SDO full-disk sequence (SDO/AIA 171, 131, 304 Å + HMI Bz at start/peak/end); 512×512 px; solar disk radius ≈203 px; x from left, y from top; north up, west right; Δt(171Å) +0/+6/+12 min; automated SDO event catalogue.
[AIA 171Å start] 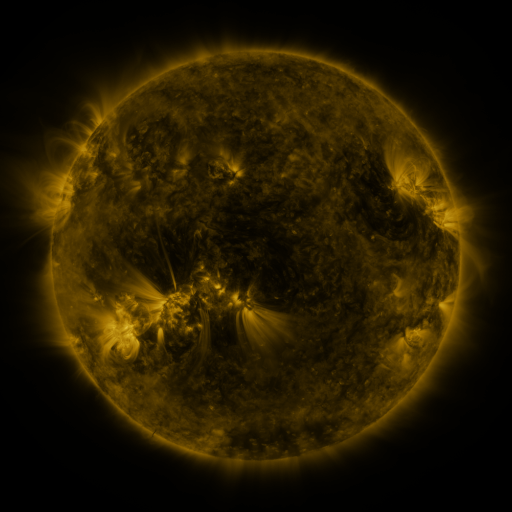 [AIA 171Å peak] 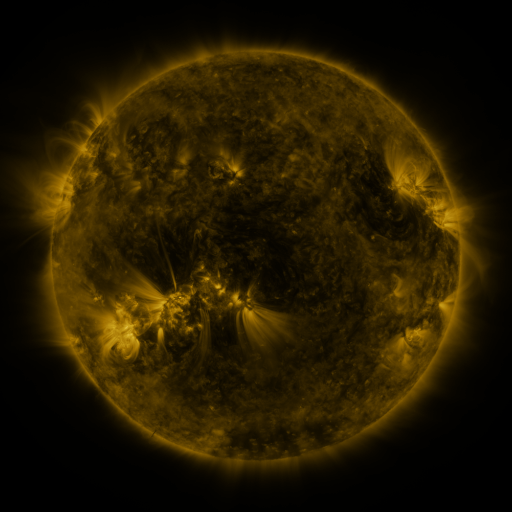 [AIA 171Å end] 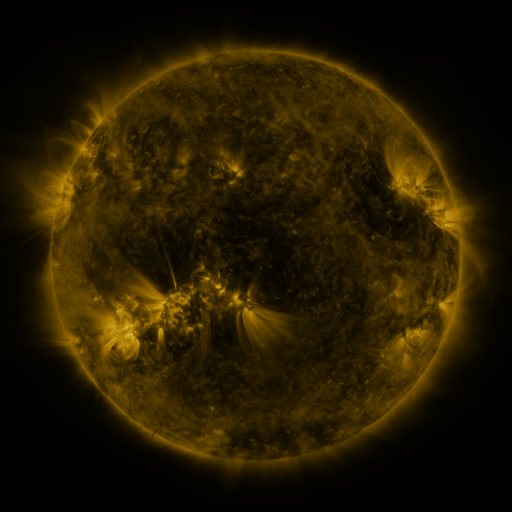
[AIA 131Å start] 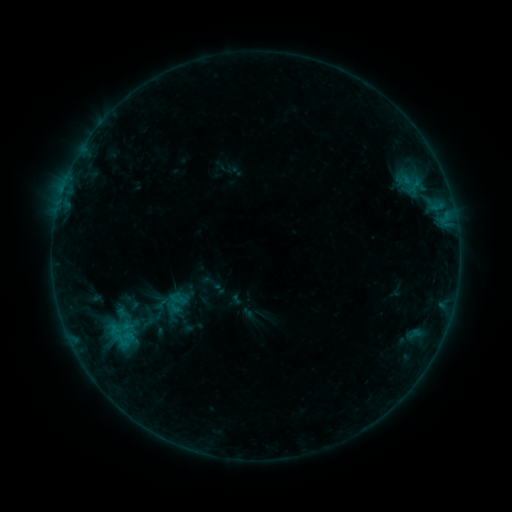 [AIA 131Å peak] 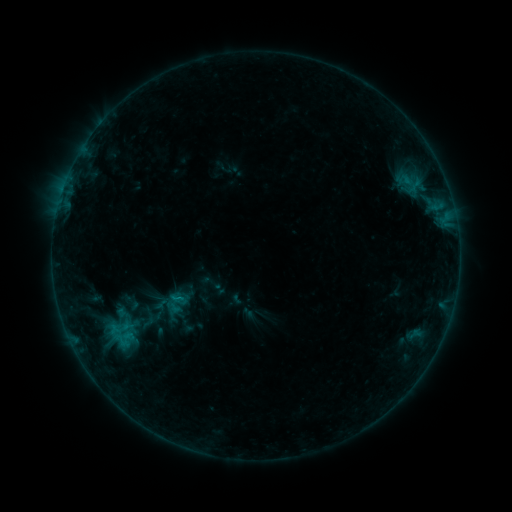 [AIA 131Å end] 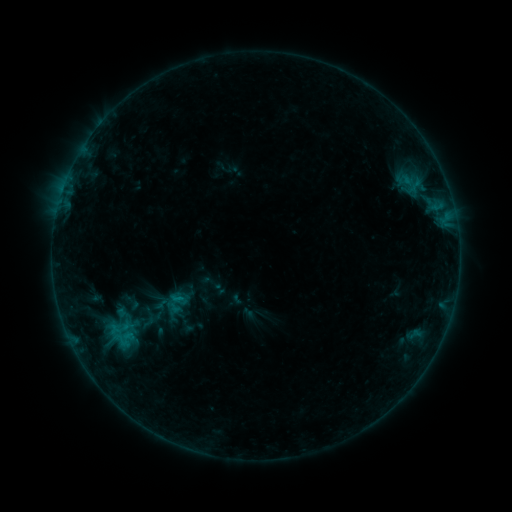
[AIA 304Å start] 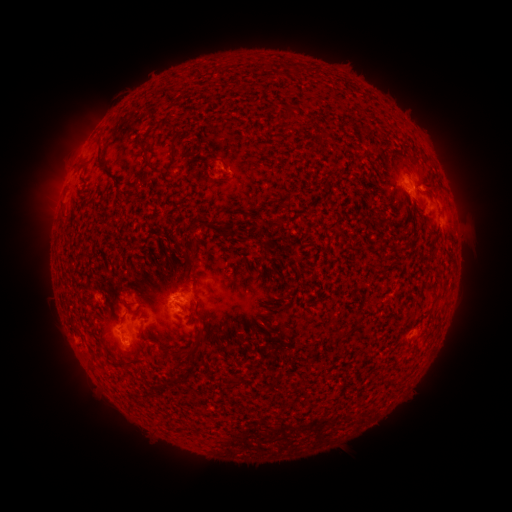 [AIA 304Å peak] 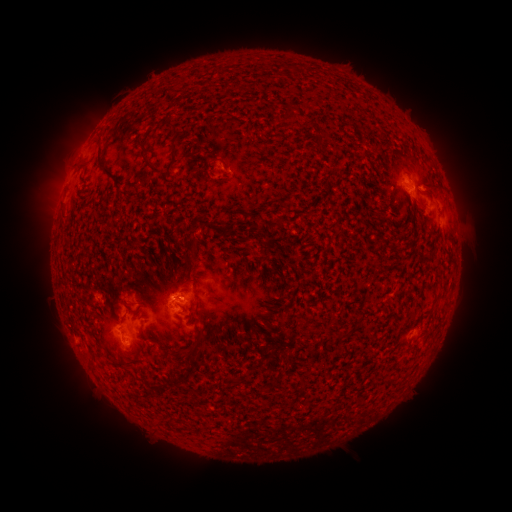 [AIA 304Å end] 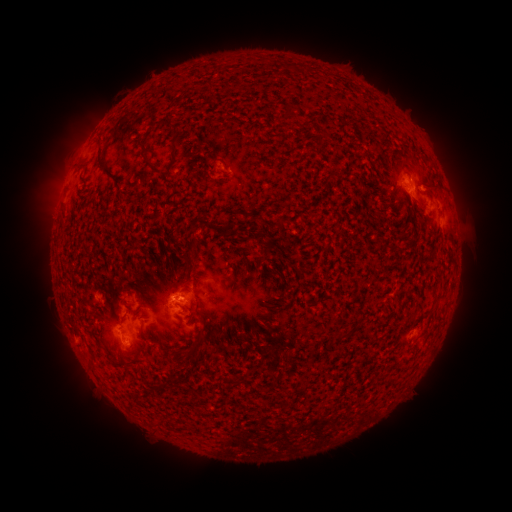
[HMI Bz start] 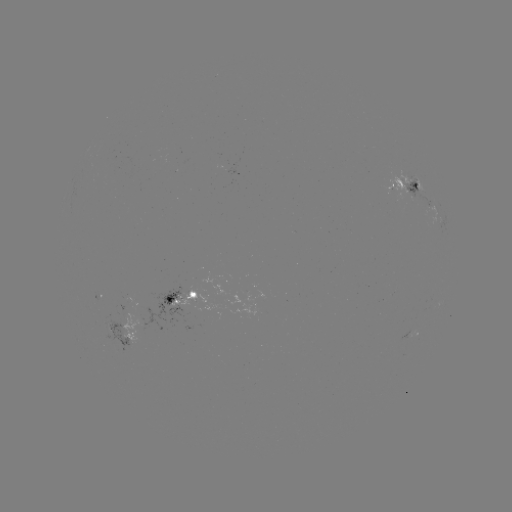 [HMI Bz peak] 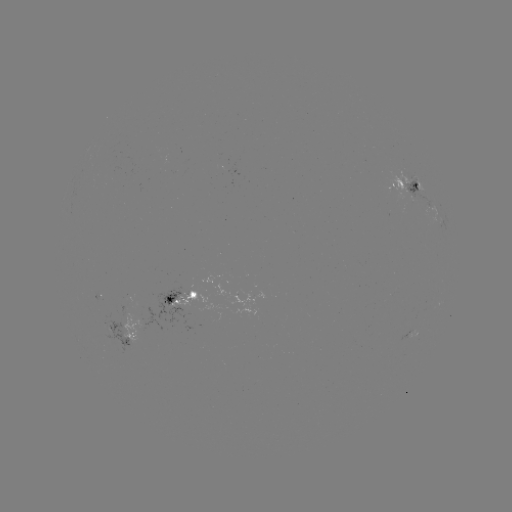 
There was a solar flare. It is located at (179, 296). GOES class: B5.5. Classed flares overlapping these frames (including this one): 1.